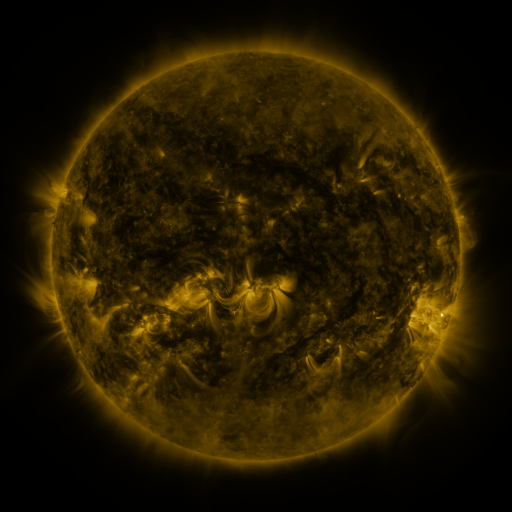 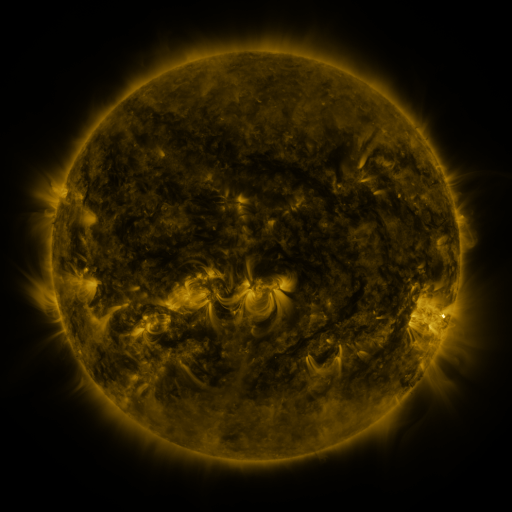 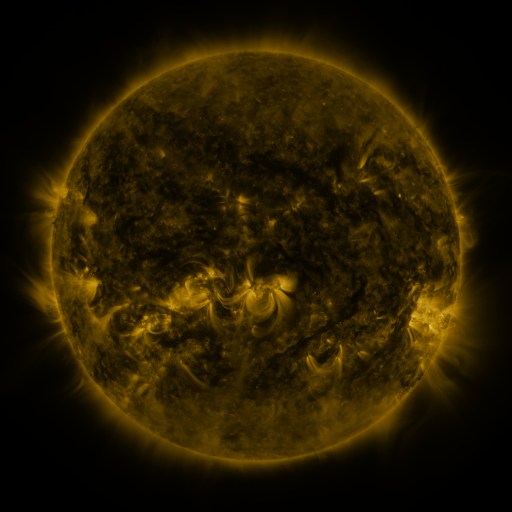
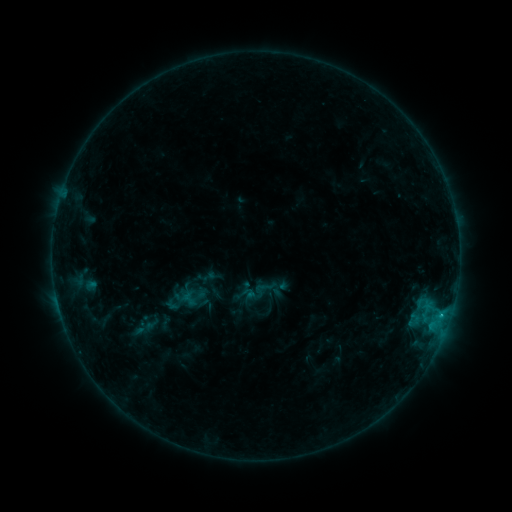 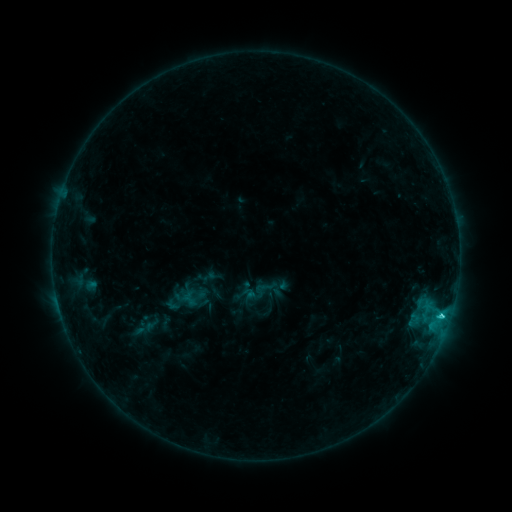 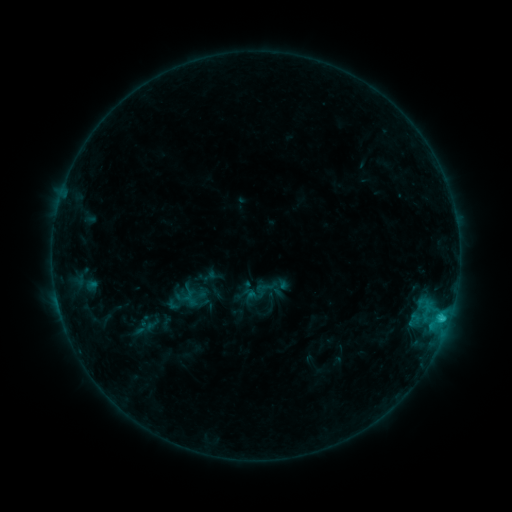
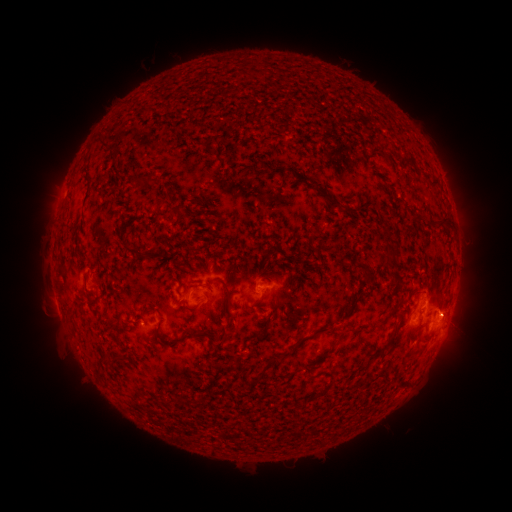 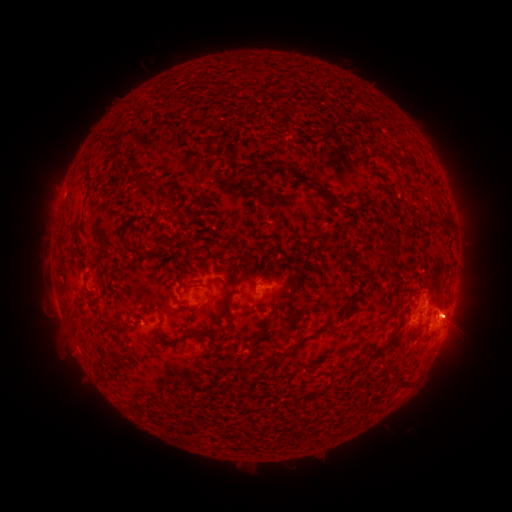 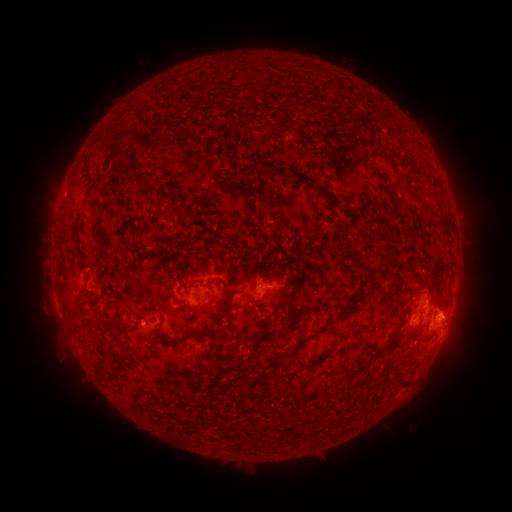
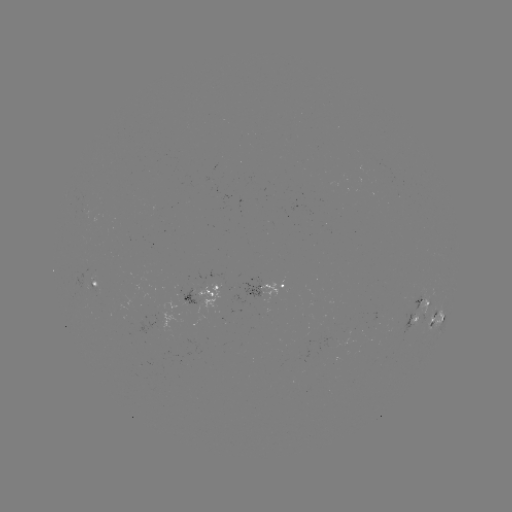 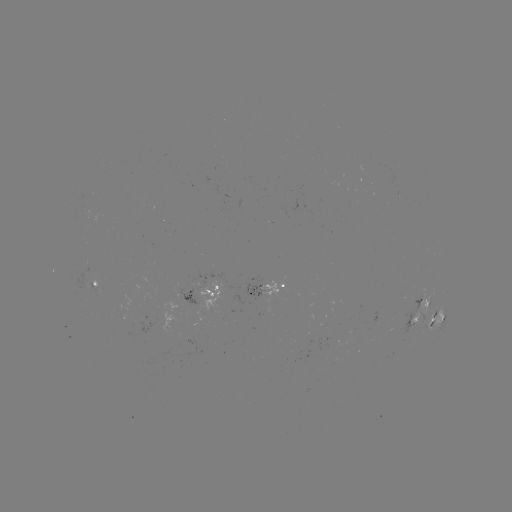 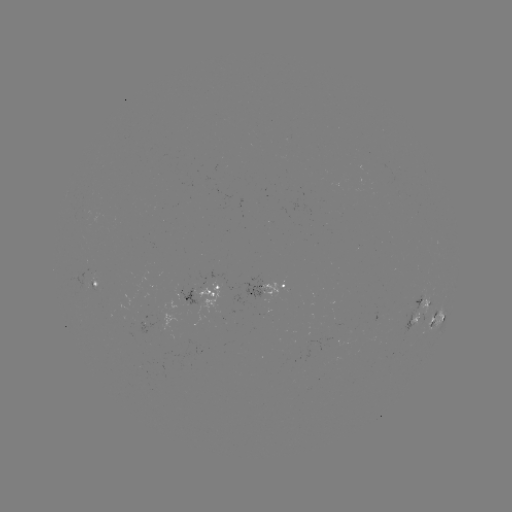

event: flare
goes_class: C2.1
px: (442, 314)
